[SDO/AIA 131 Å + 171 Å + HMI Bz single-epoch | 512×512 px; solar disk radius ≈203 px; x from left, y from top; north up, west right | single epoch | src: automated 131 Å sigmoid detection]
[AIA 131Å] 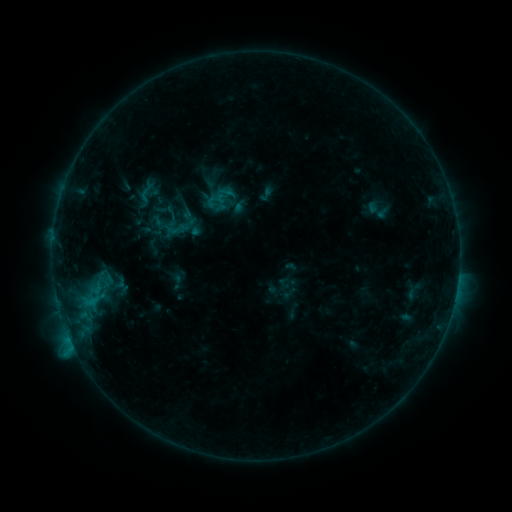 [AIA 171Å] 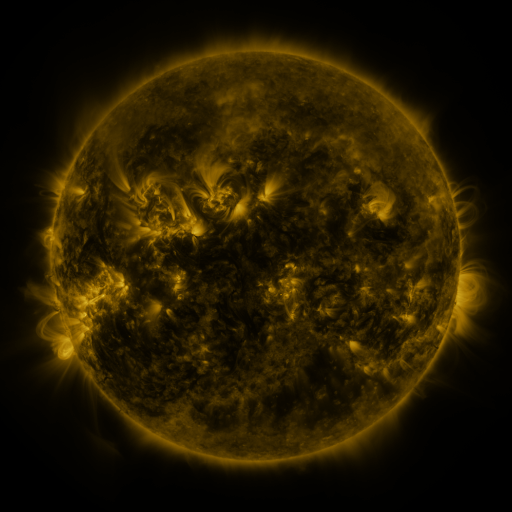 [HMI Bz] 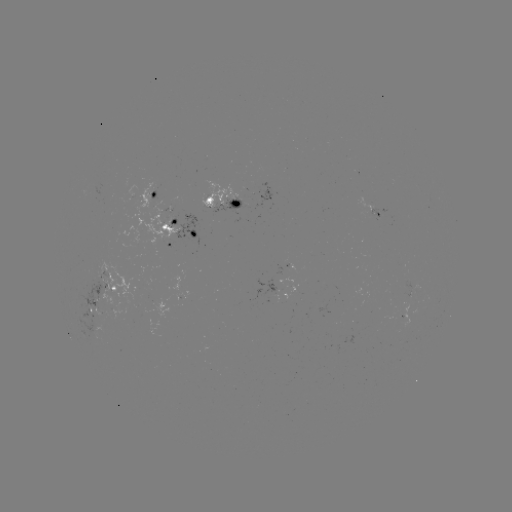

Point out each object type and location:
sigmoid: (146, 192)
sigmoid: (216, 204)
